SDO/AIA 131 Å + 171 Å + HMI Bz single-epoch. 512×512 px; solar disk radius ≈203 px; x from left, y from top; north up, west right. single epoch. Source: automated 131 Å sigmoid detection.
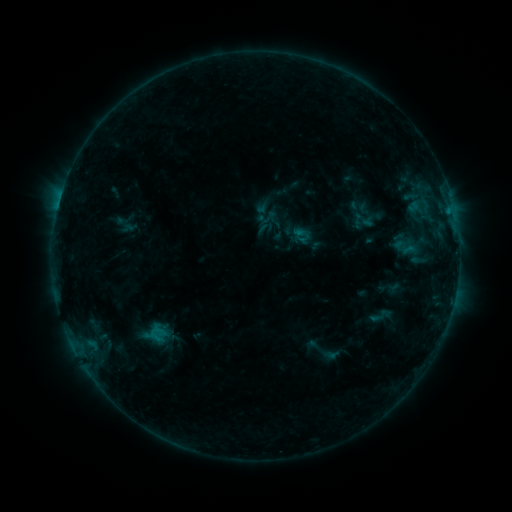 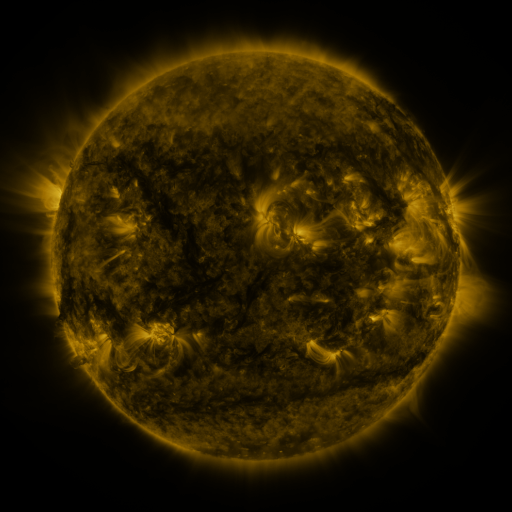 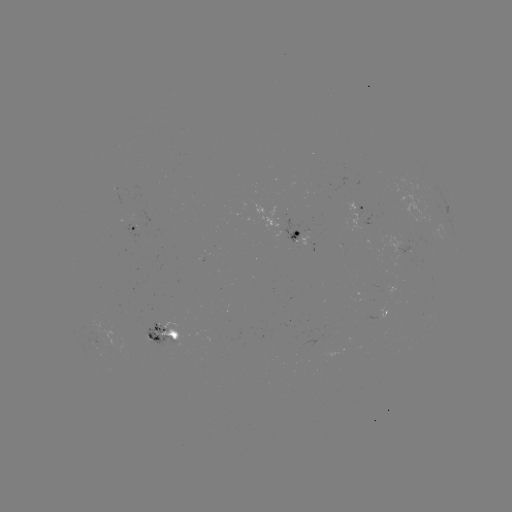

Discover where sigmoid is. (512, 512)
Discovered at (378, 316).